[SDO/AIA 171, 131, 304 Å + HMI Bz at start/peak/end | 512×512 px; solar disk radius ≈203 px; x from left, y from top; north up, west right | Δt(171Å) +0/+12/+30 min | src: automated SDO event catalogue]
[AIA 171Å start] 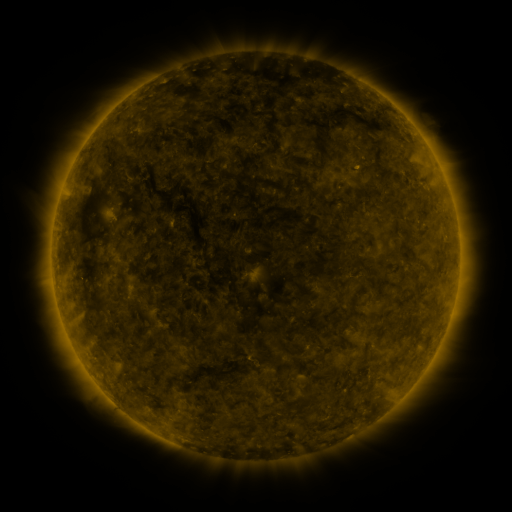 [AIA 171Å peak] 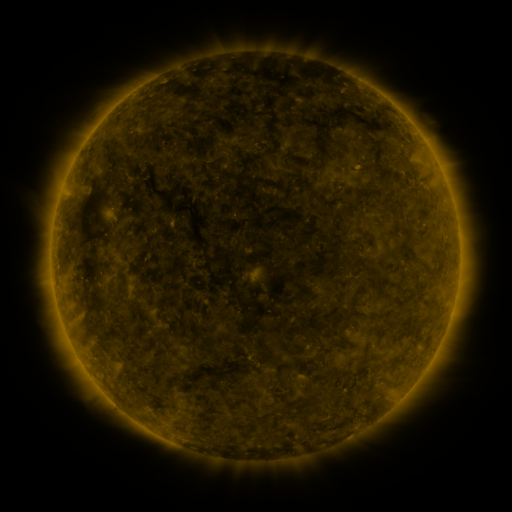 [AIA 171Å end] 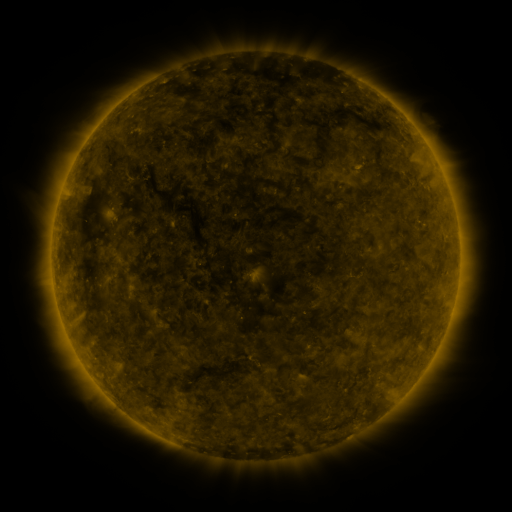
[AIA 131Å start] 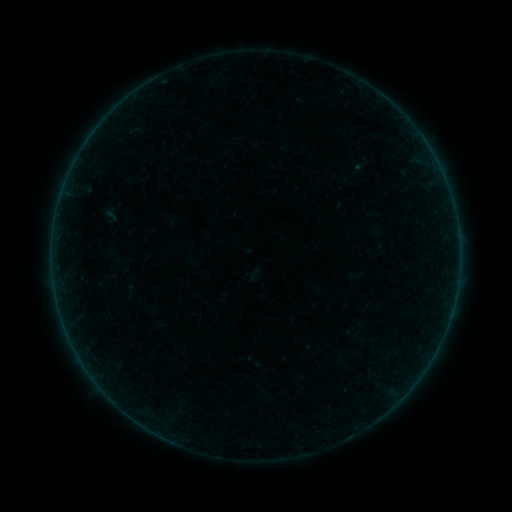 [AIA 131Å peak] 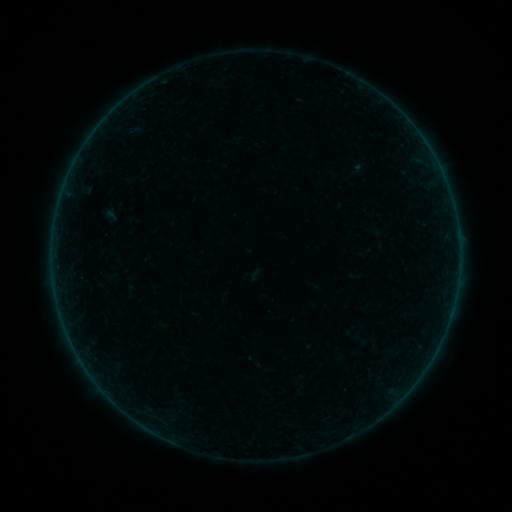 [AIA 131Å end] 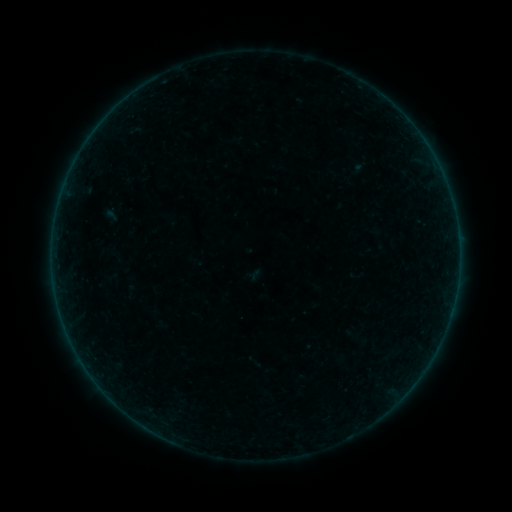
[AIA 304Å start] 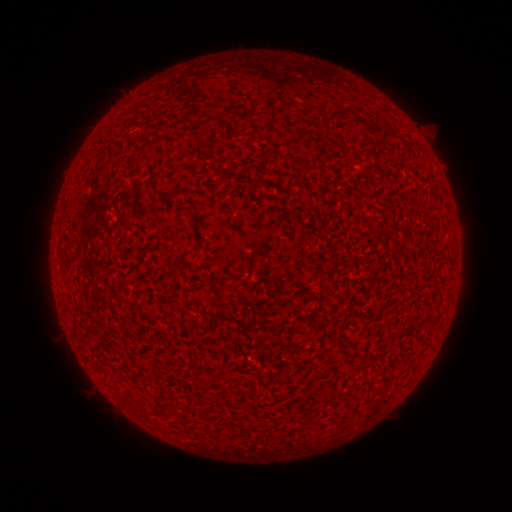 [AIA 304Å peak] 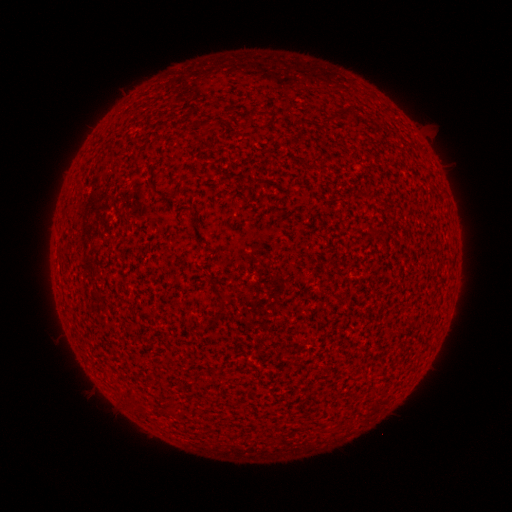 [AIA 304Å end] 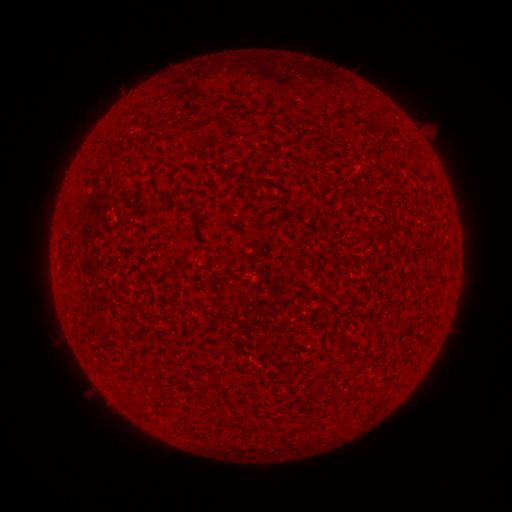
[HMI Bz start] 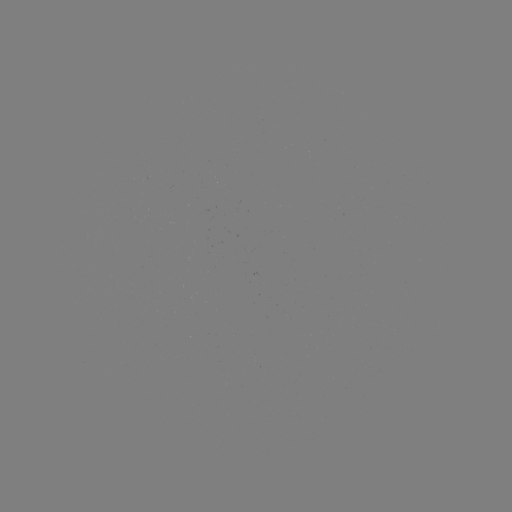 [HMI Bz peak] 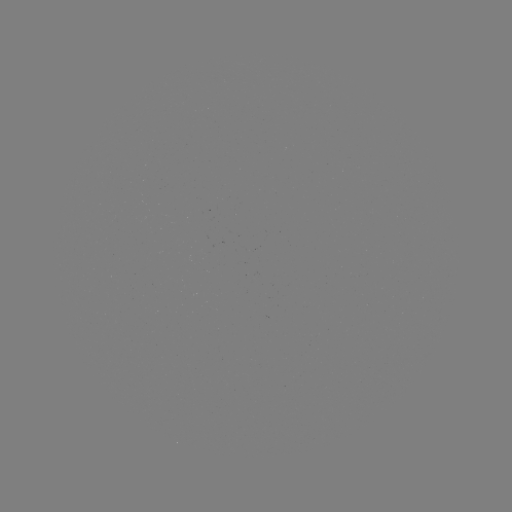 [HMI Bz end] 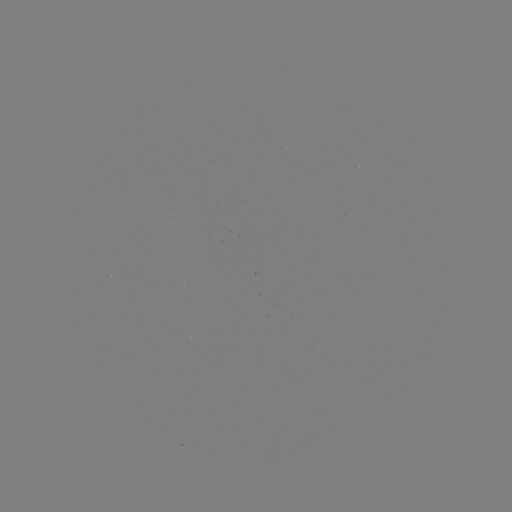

nothing was catalogued: no classed flare, no EUV trigger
